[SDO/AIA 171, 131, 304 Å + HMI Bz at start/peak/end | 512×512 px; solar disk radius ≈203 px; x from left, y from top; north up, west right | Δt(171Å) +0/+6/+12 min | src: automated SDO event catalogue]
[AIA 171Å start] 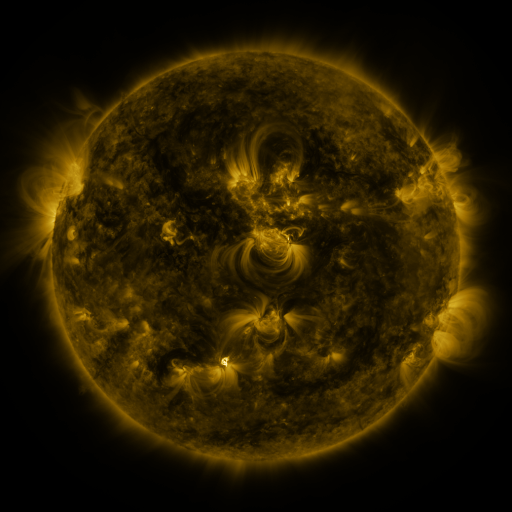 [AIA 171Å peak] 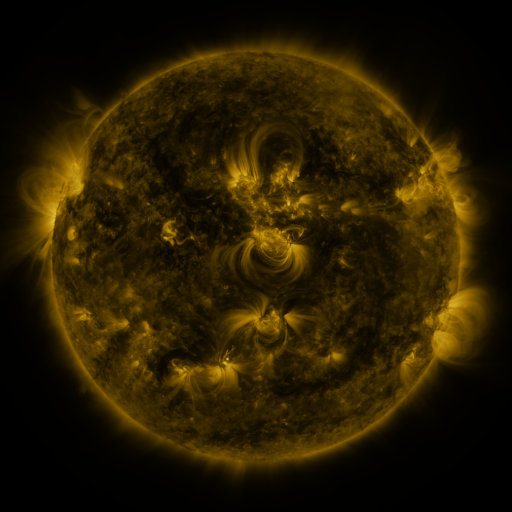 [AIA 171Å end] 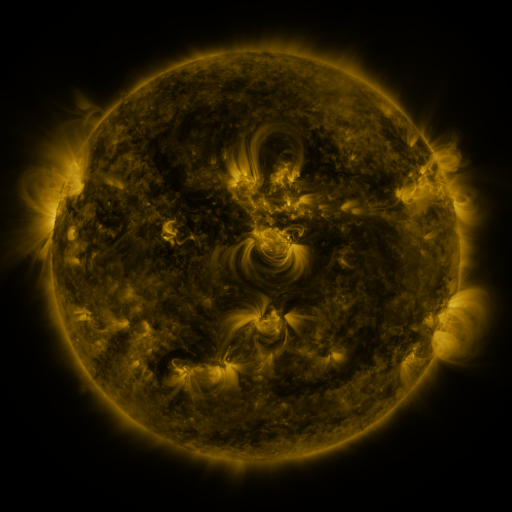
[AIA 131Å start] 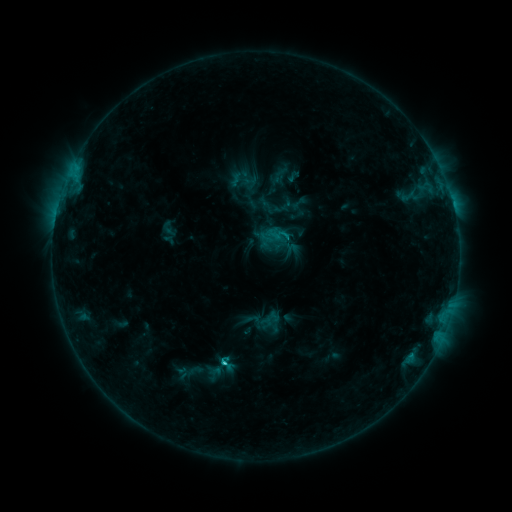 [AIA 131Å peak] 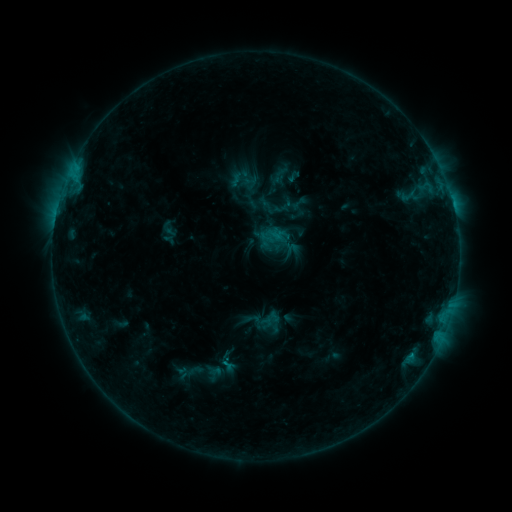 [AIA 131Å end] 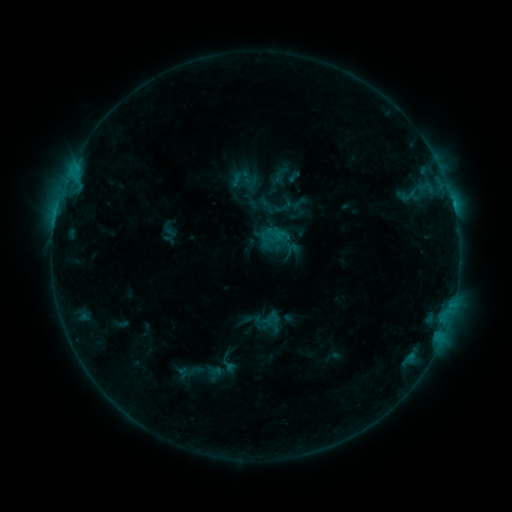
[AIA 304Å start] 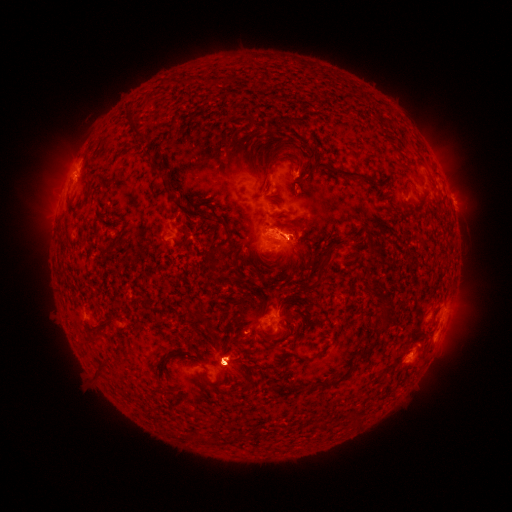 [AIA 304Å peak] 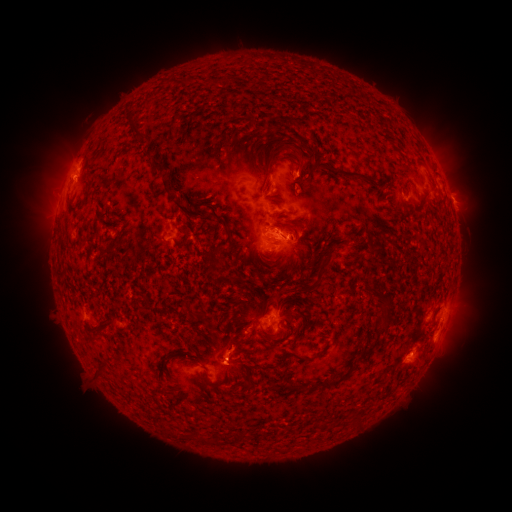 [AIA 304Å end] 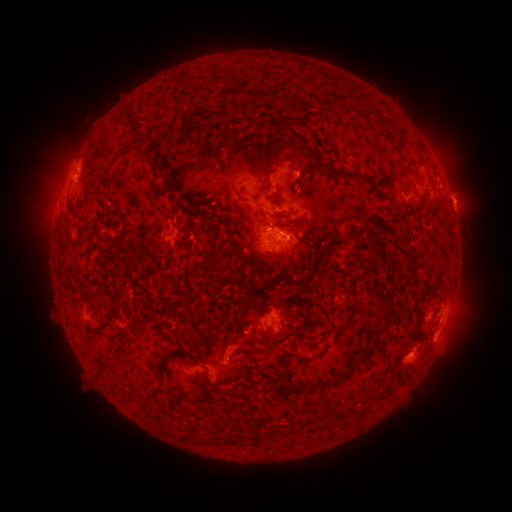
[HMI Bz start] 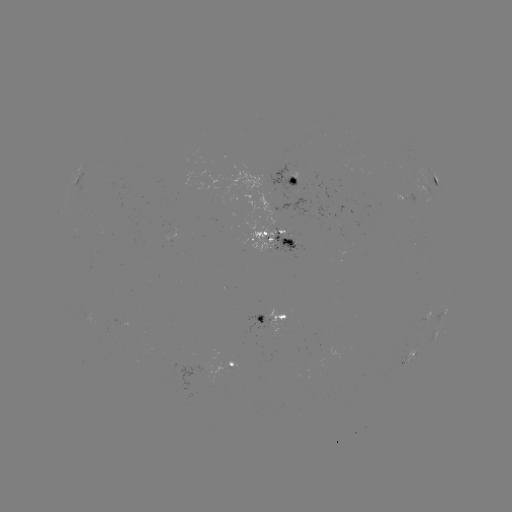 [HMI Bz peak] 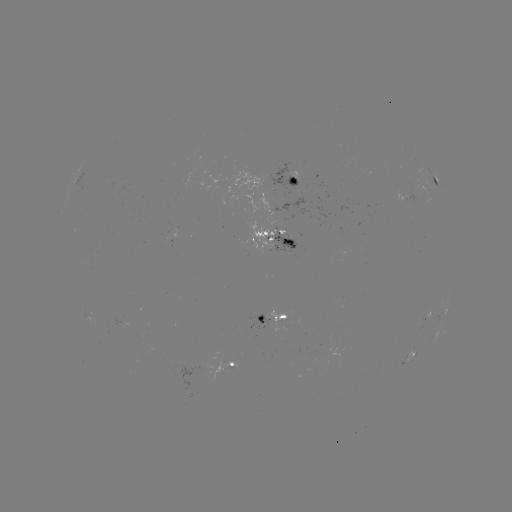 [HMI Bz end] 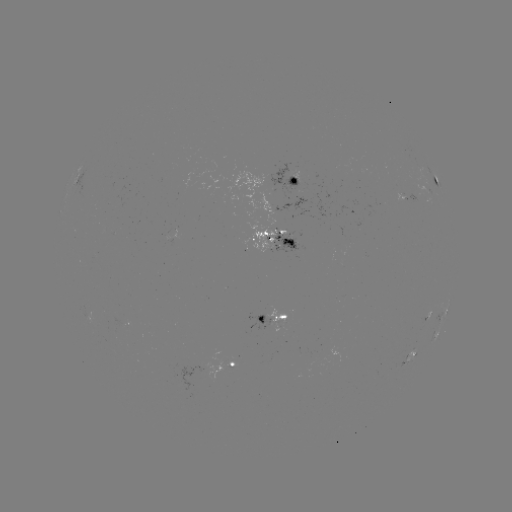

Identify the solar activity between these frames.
eruption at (233, 347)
